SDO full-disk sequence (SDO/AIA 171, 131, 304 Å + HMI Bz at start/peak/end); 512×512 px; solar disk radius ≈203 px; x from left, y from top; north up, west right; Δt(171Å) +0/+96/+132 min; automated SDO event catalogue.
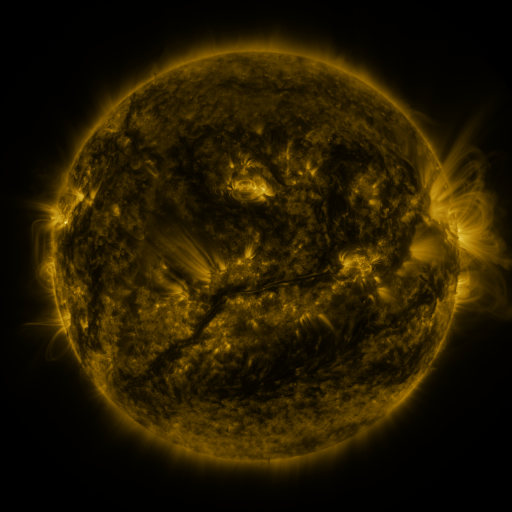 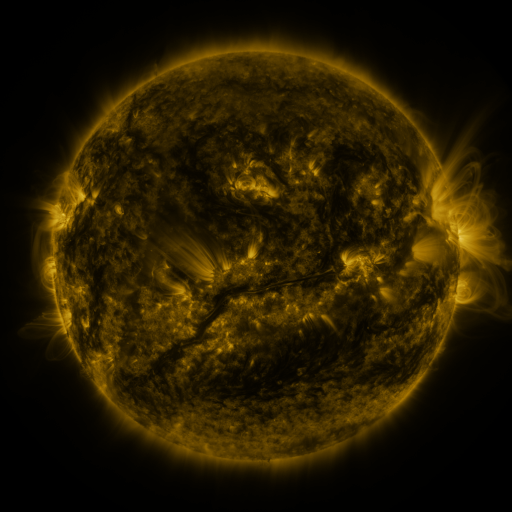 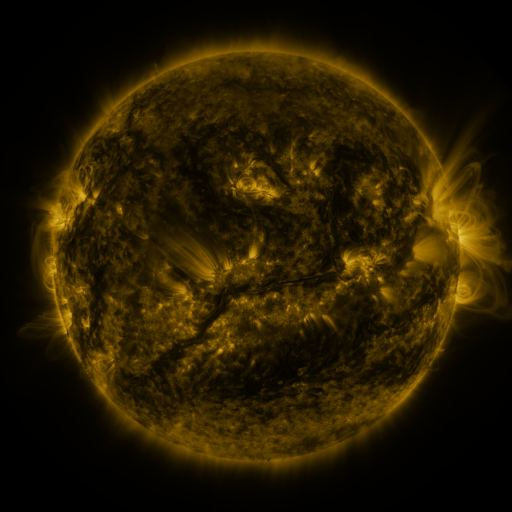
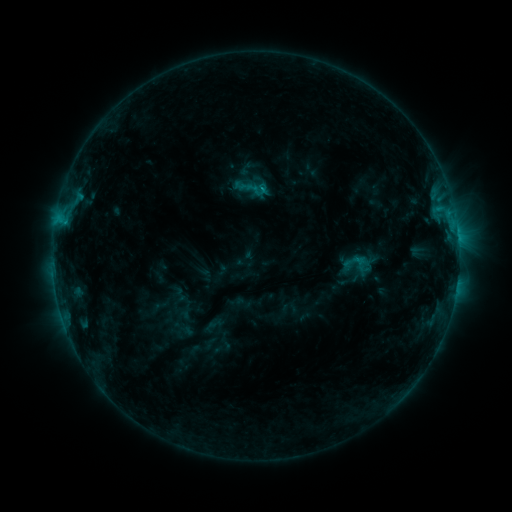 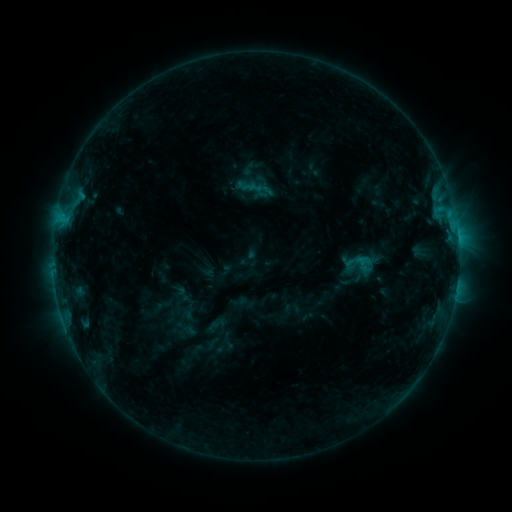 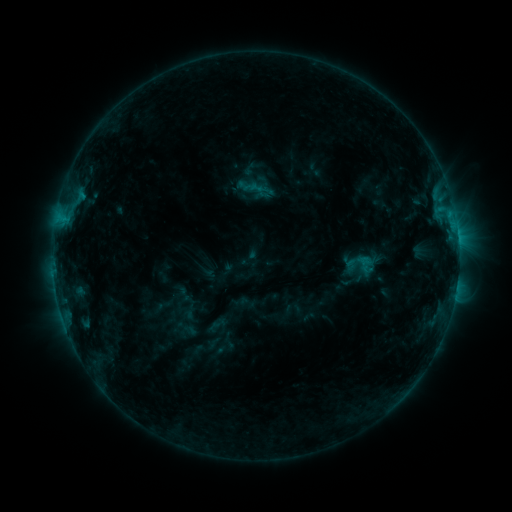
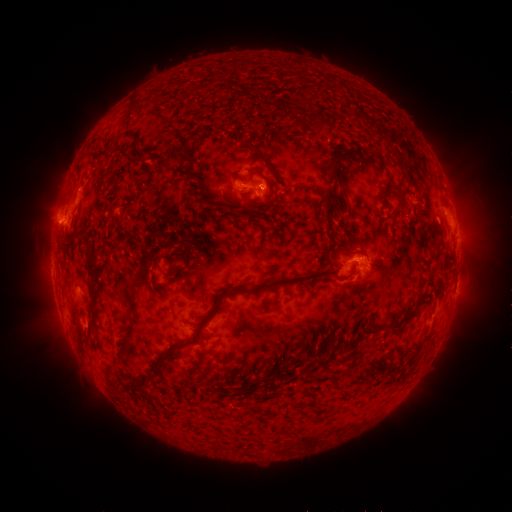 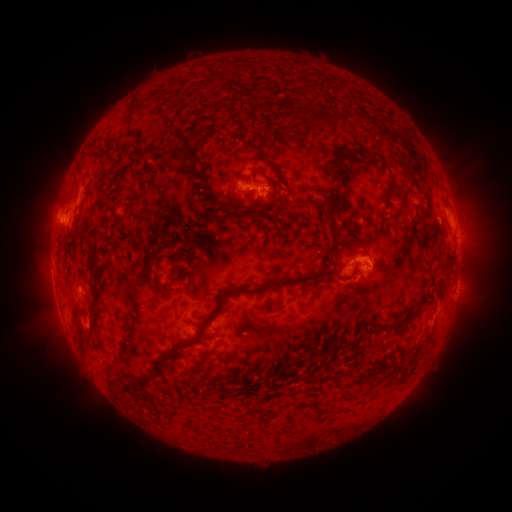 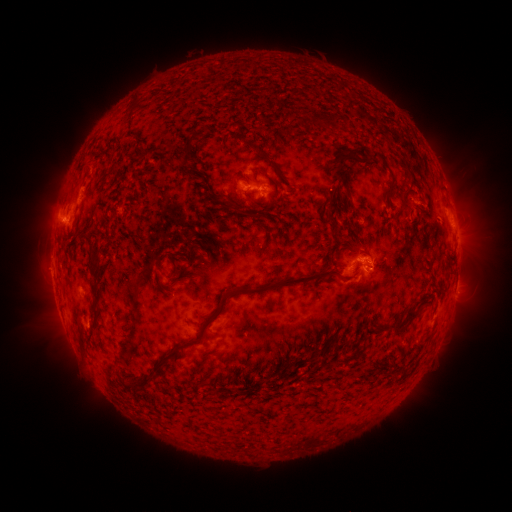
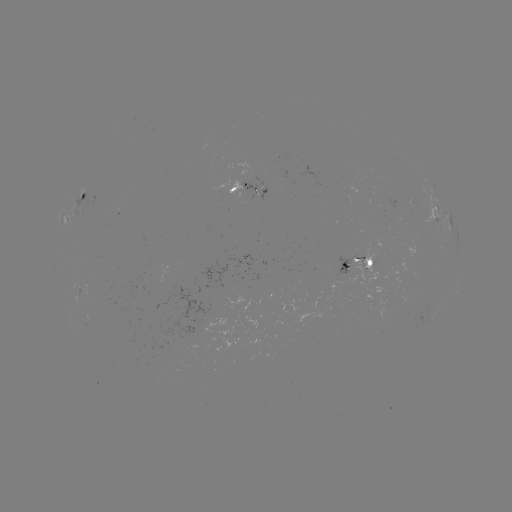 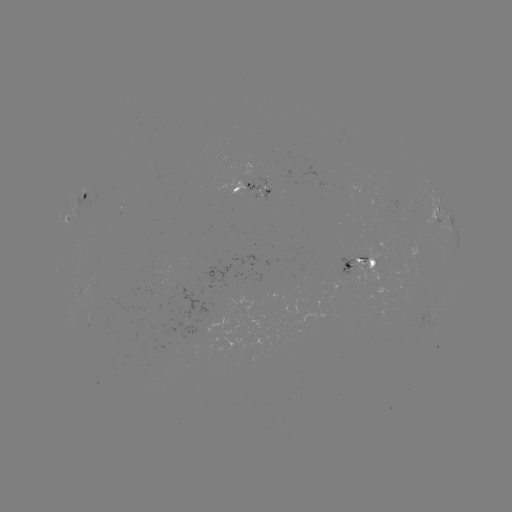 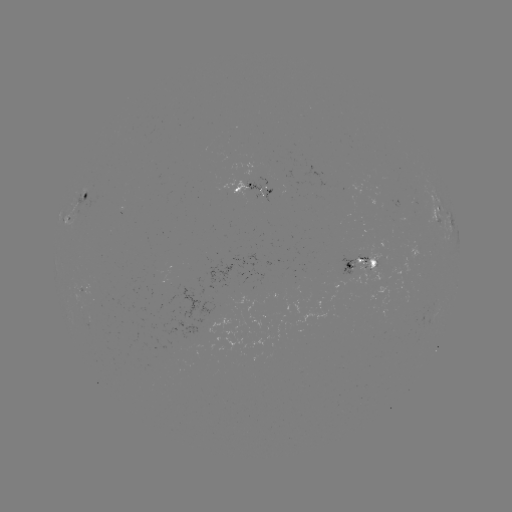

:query emerging-flux region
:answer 366,262